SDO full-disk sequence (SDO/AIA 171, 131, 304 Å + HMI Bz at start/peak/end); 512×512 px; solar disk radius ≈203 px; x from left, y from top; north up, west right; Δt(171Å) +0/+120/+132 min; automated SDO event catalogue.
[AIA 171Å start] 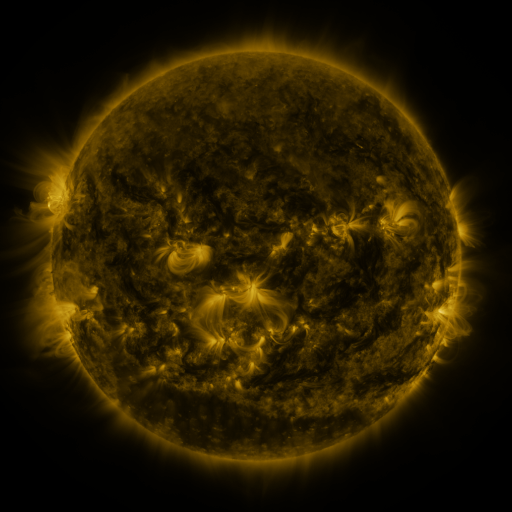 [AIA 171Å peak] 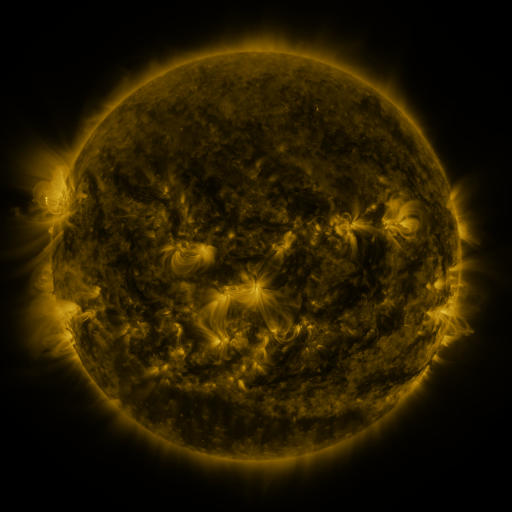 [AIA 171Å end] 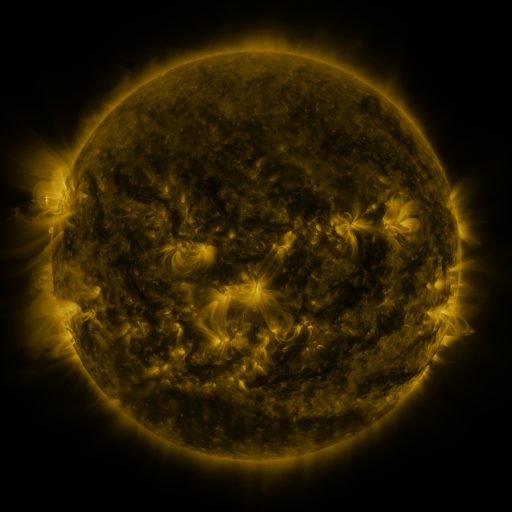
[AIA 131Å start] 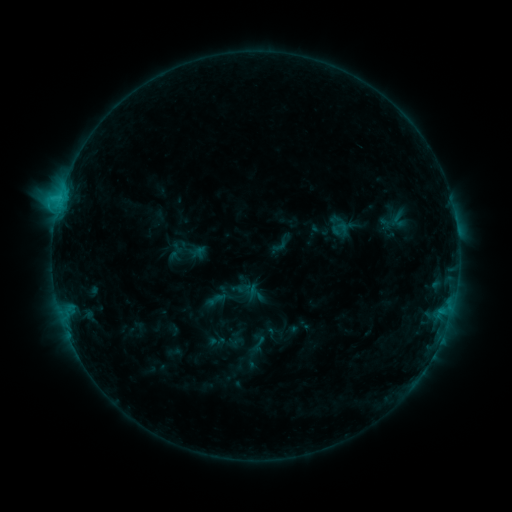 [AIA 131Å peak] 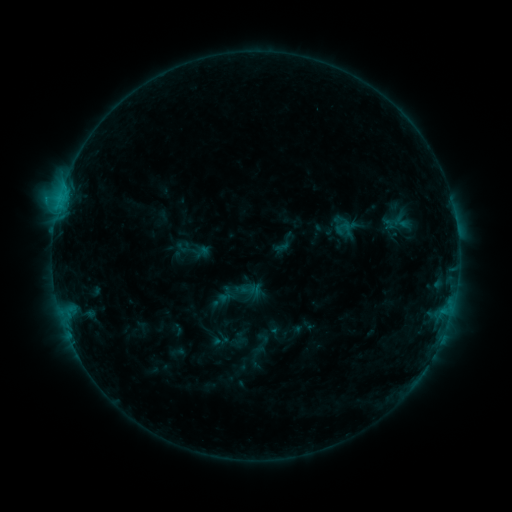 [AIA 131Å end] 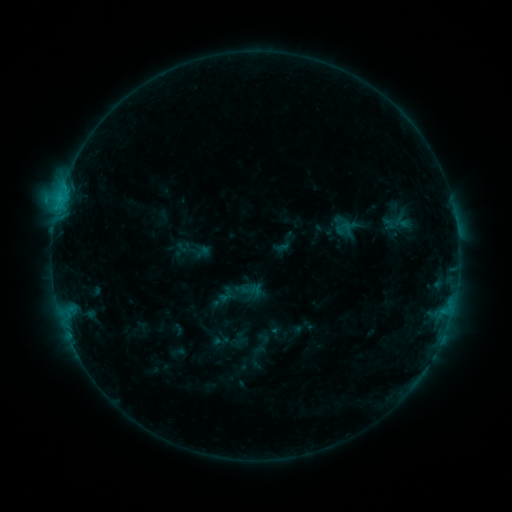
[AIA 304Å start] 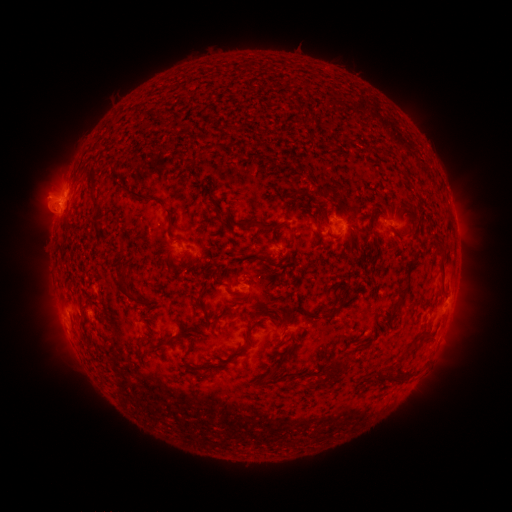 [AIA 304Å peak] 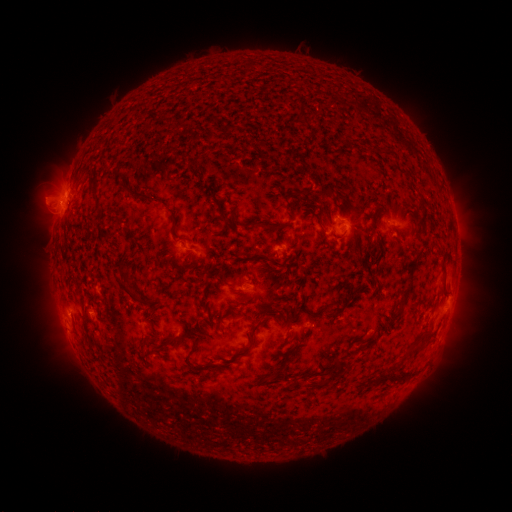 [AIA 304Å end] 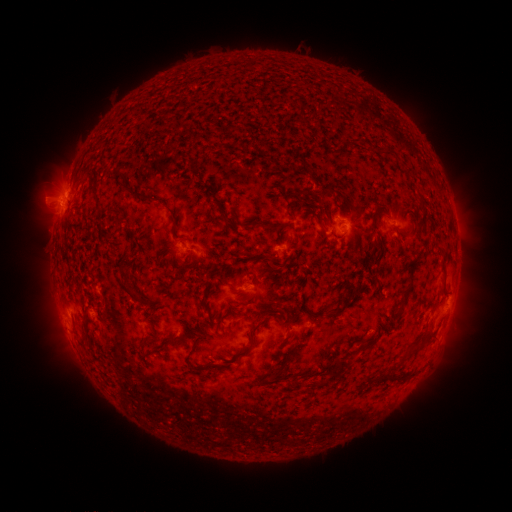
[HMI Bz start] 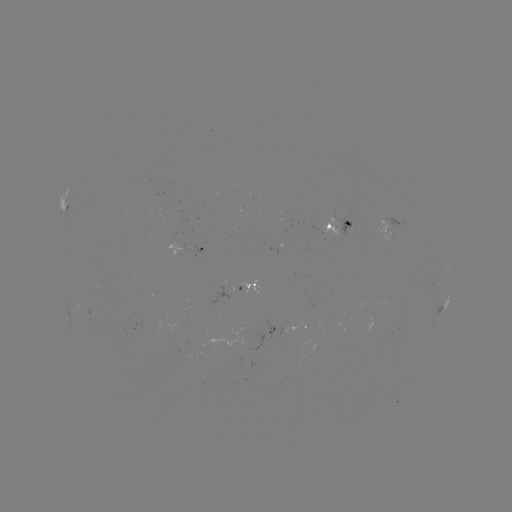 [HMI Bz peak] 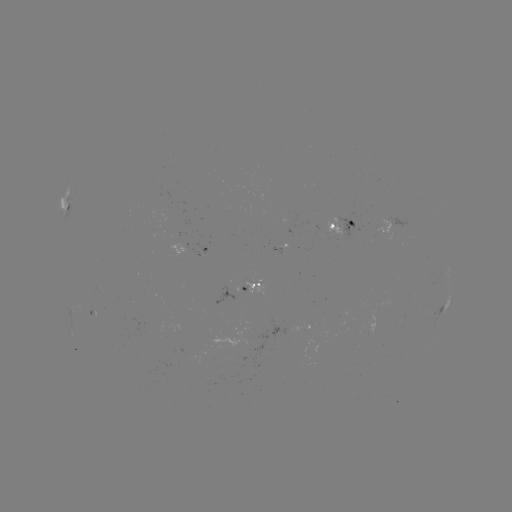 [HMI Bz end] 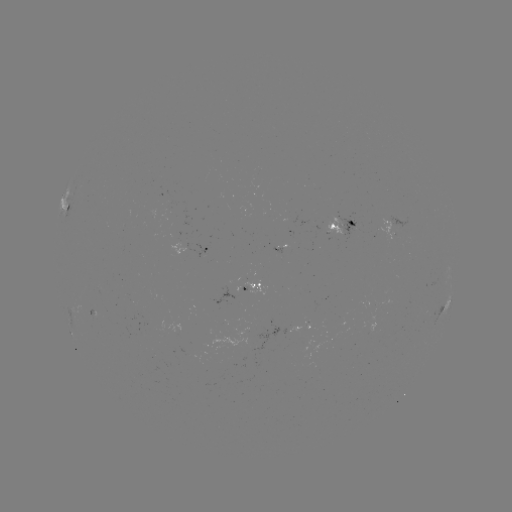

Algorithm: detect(emerging-flux region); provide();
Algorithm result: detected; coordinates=(277, 248)